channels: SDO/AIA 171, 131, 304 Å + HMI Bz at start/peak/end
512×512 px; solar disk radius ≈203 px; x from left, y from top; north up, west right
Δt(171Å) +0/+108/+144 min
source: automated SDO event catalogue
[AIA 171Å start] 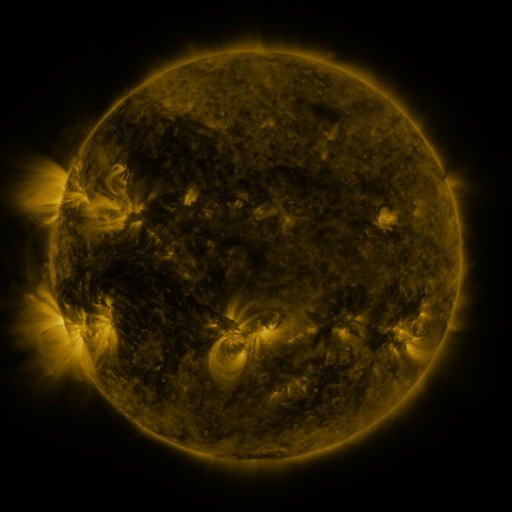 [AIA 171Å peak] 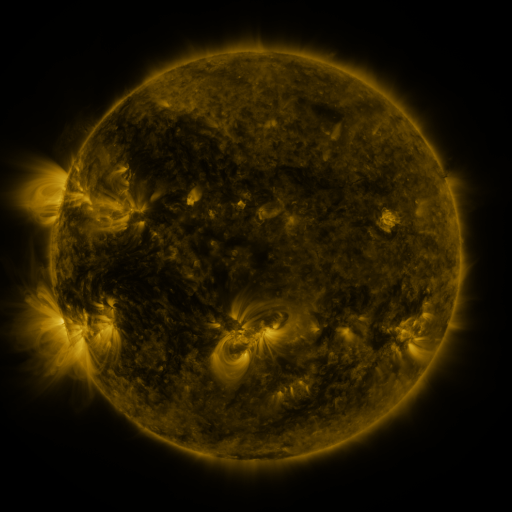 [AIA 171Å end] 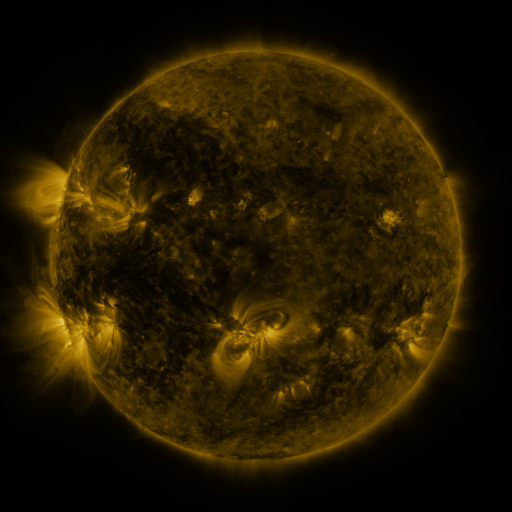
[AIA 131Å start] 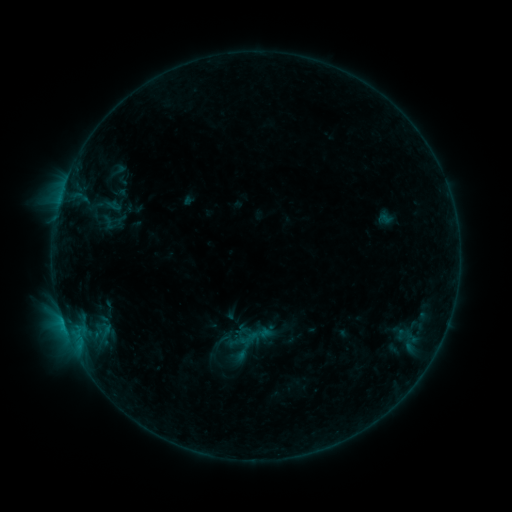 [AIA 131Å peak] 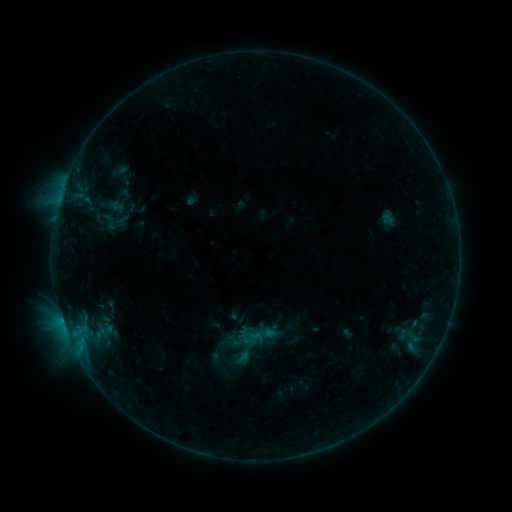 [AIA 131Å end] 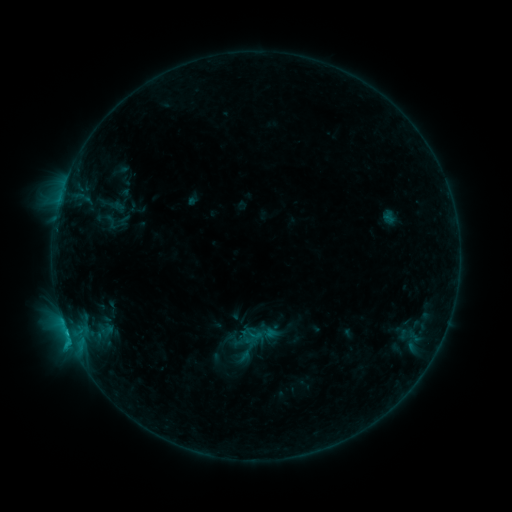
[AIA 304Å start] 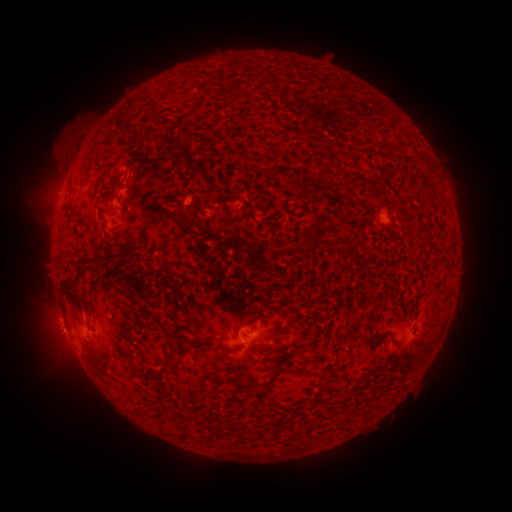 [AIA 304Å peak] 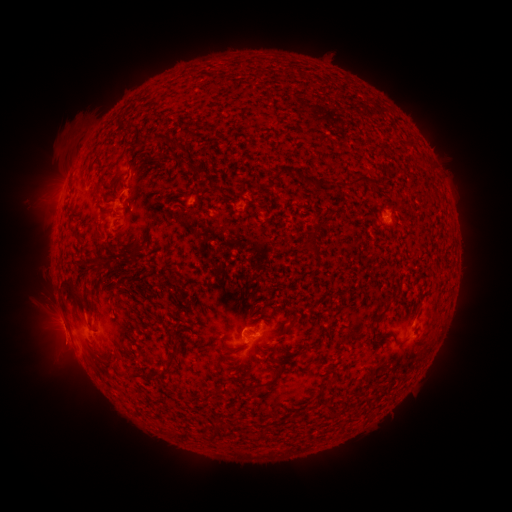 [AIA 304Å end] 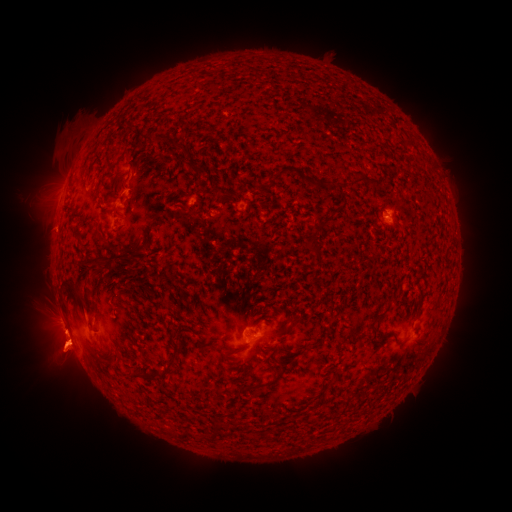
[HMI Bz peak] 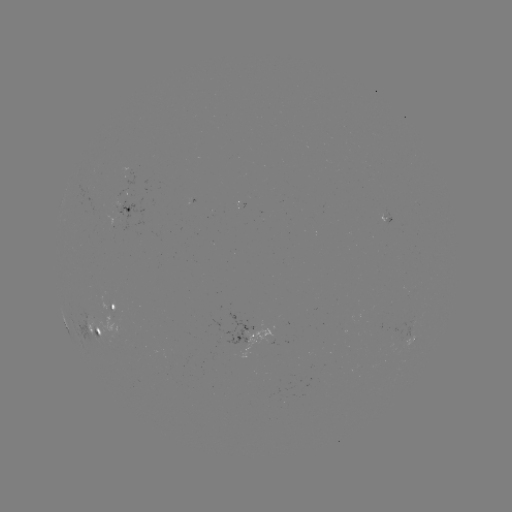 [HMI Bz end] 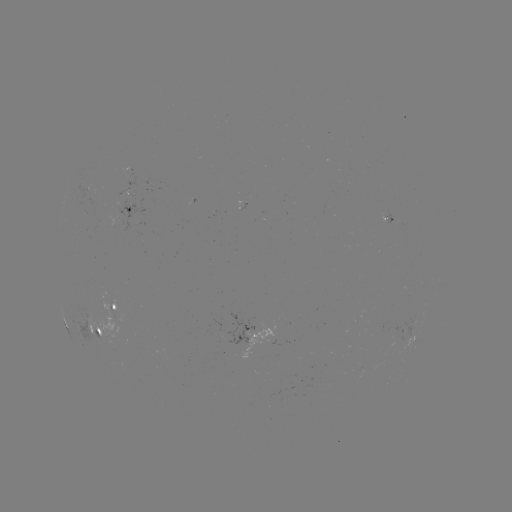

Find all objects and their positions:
emerging-flux region: (120, 206)
